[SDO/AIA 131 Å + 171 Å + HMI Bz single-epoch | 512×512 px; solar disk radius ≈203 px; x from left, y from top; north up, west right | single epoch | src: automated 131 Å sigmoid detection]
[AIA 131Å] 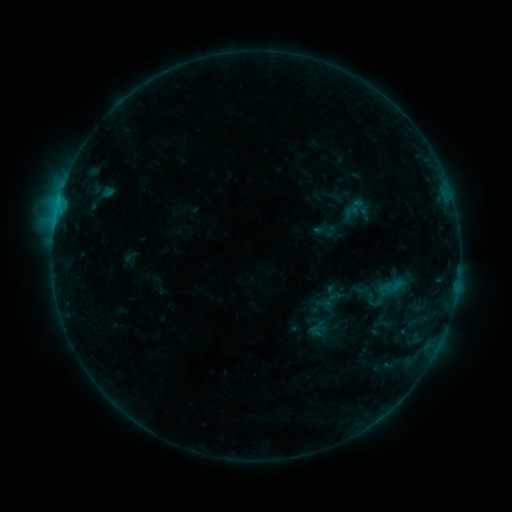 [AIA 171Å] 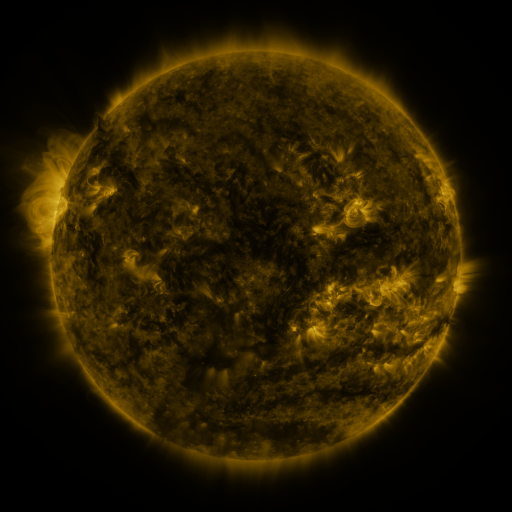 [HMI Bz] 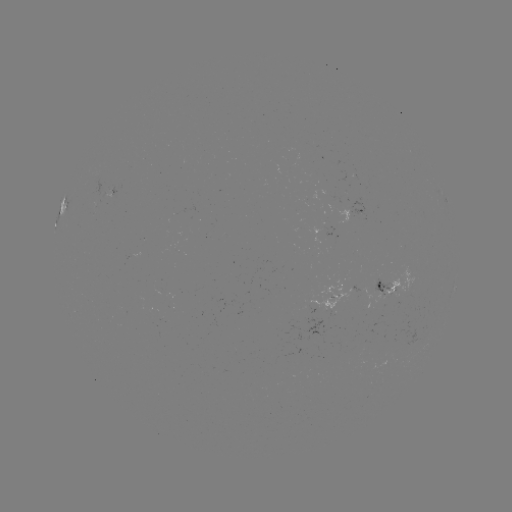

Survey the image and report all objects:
sigmoid: [359, 283, 385, 313]
sigmoid: [323, 284, 339, 302]
